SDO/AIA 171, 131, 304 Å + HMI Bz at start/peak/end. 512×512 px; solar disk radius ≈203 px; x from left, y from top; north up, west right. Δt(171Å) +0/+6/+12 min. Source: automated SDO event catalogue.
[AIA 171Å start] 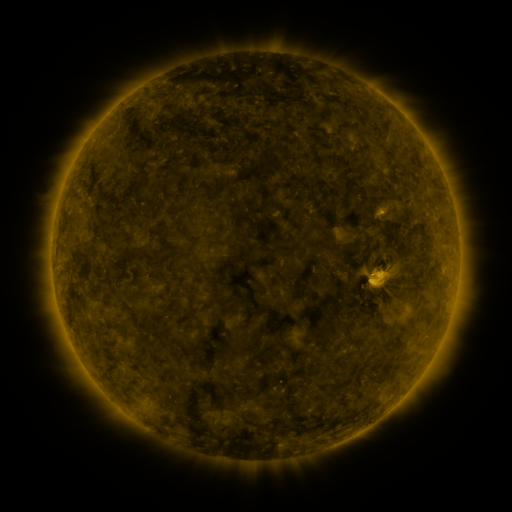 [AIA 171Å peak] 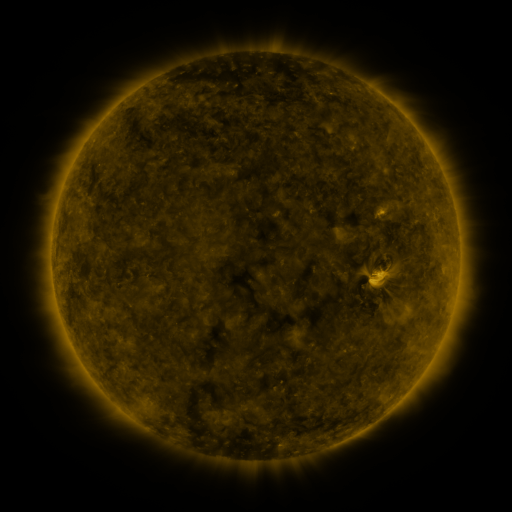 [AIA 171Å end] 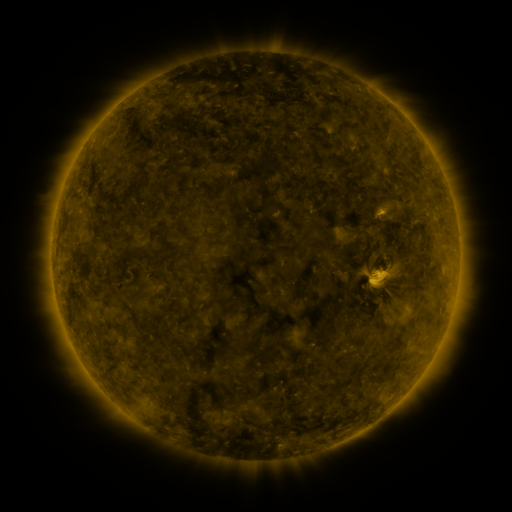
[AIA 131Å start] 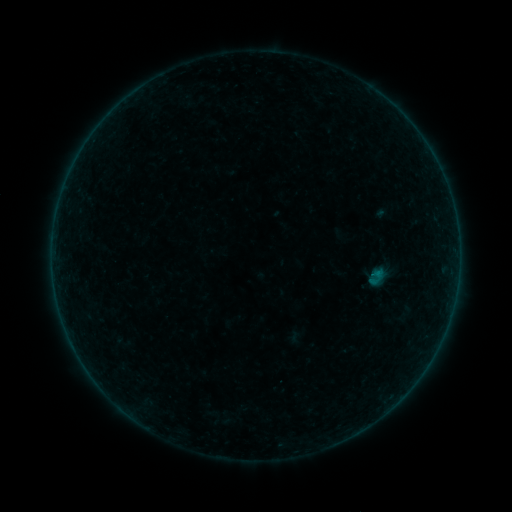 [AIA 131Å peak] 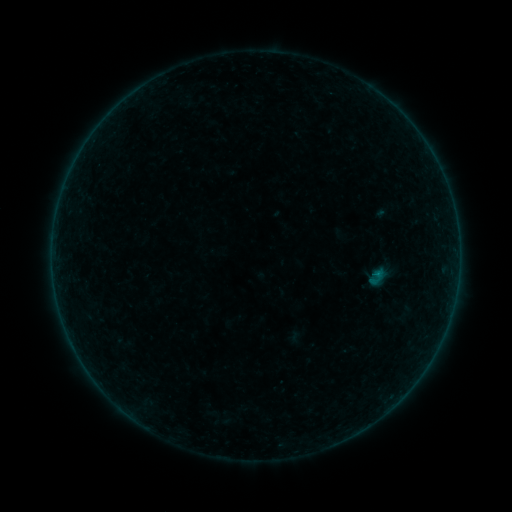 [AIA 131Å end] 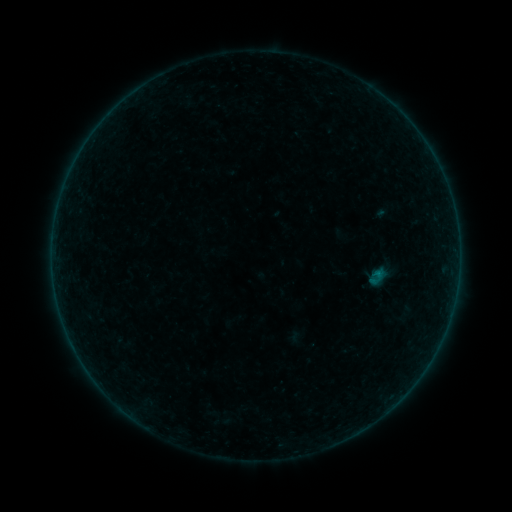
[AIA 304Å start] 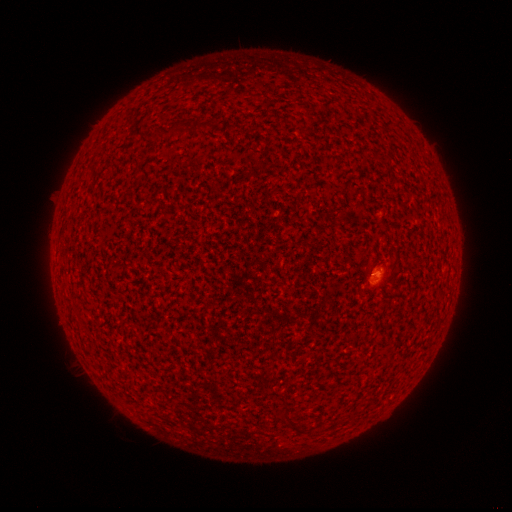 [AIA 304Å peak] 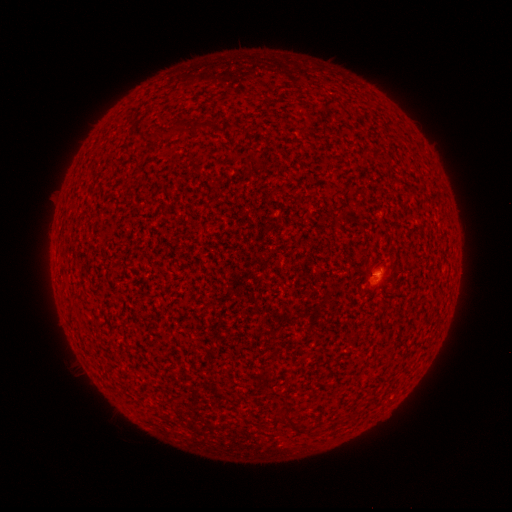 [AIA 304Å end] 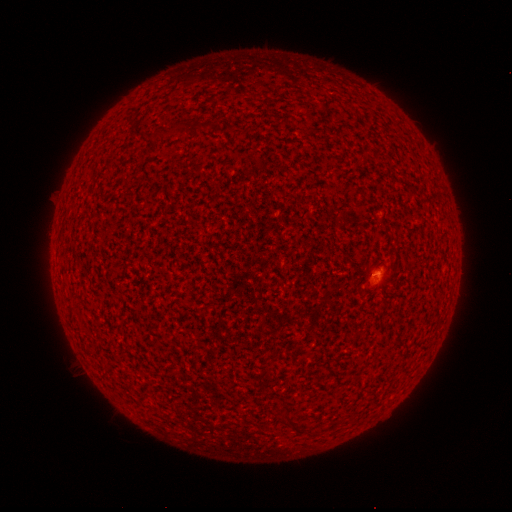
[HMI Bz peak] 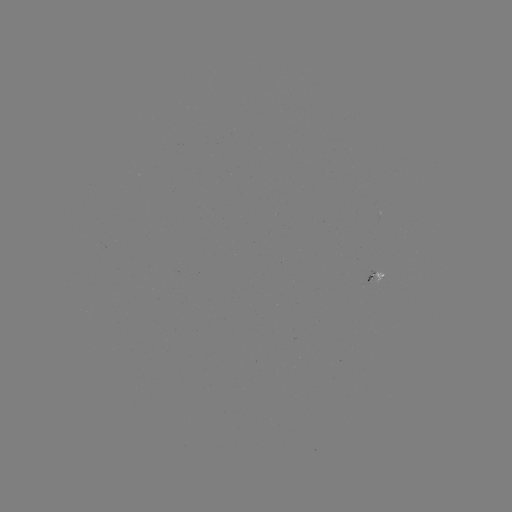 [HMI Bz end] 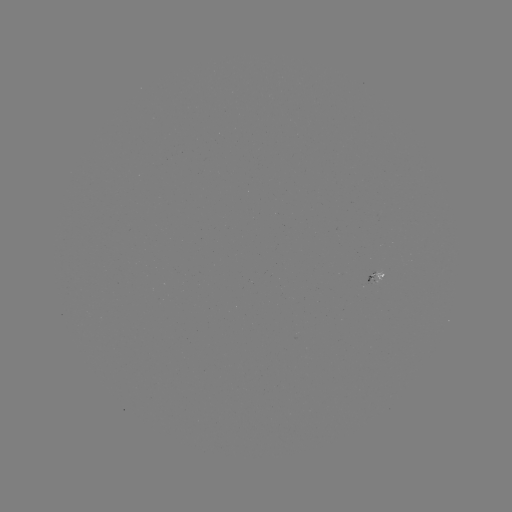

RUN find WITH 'B1.1 flare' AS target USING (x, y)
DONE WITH (375, 274) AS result